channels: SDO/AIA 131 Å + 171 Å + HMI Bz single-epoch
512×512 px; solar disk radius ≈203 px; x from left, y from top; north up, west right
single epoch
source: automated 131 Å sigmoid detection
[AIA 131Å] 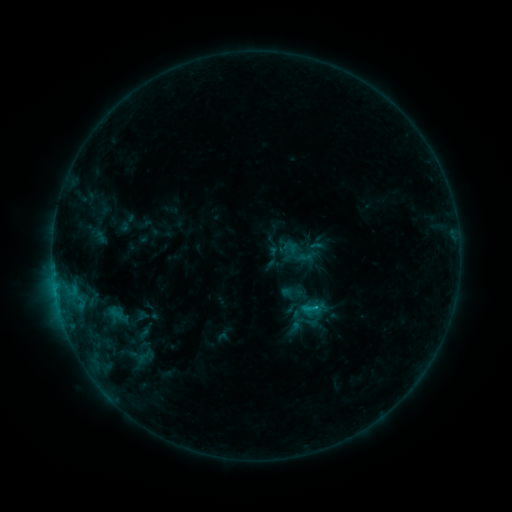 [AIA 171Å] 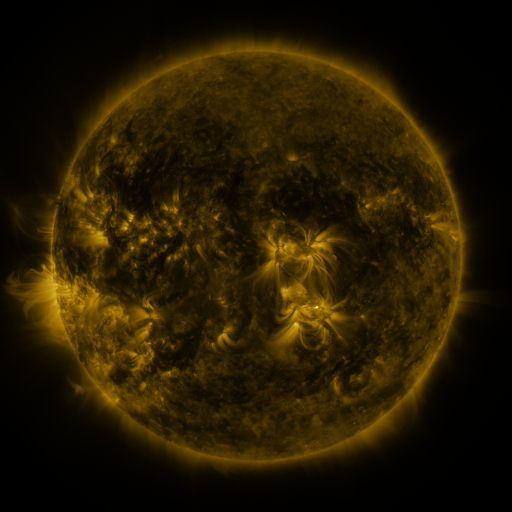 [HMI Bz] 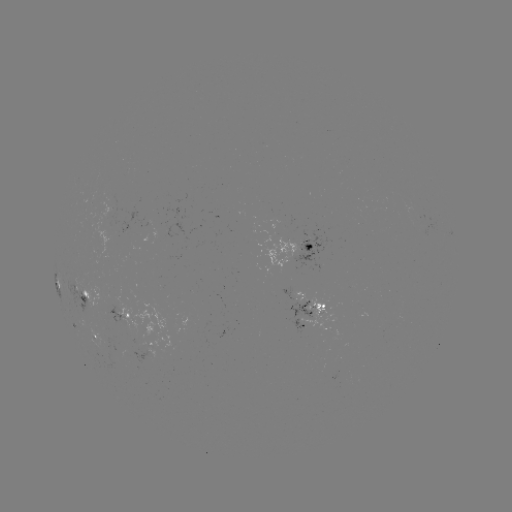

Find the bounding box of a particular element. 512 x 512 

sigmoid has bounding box [283, 237, 315, 268].